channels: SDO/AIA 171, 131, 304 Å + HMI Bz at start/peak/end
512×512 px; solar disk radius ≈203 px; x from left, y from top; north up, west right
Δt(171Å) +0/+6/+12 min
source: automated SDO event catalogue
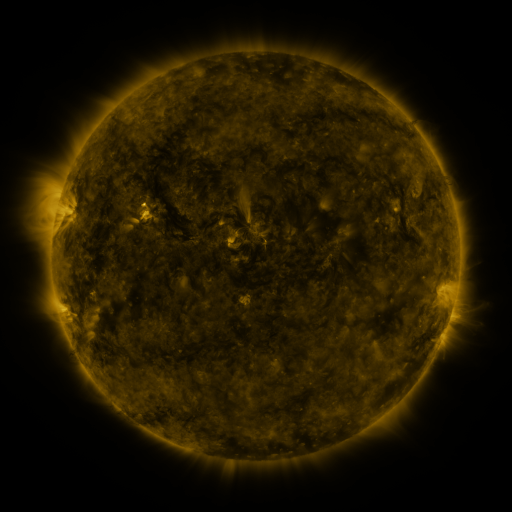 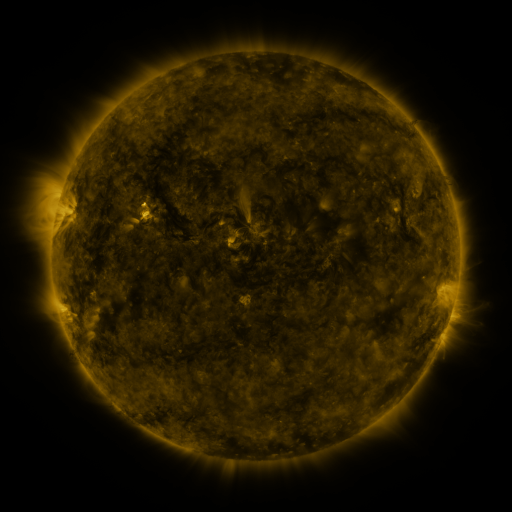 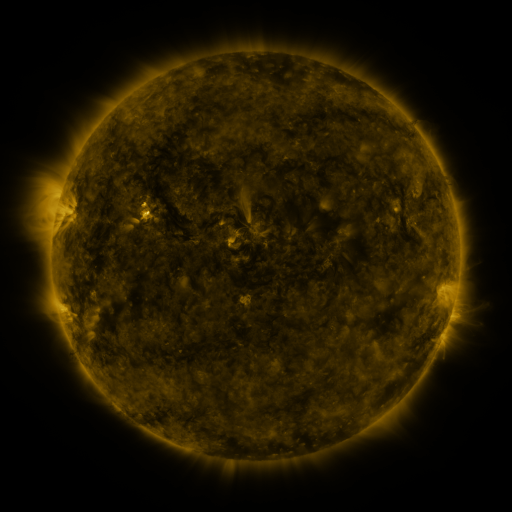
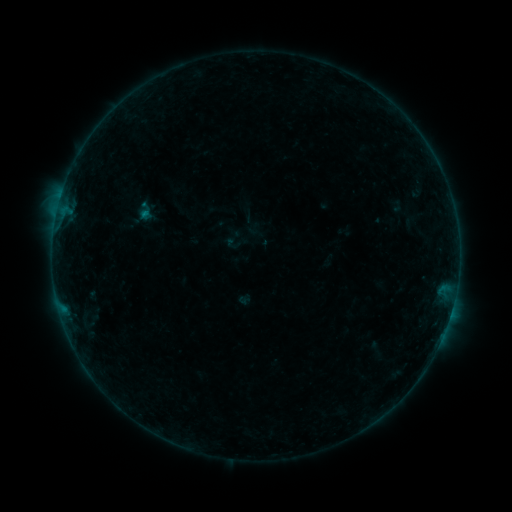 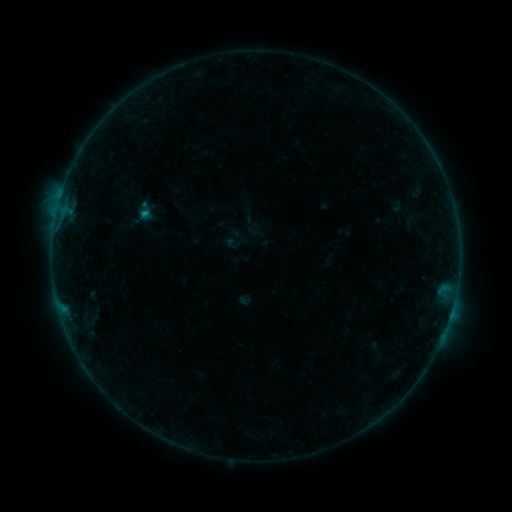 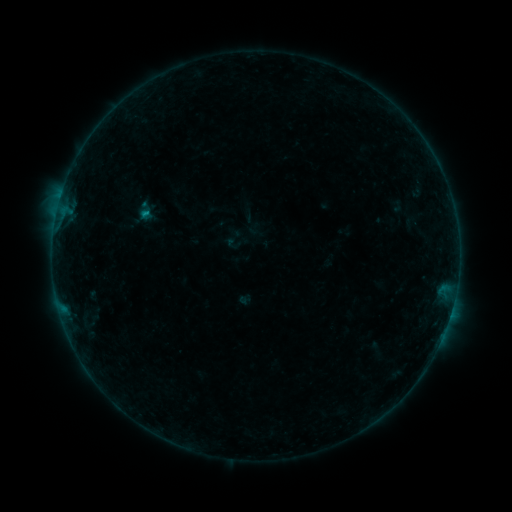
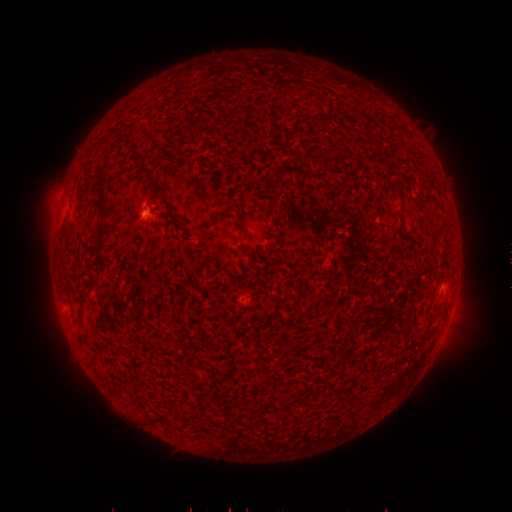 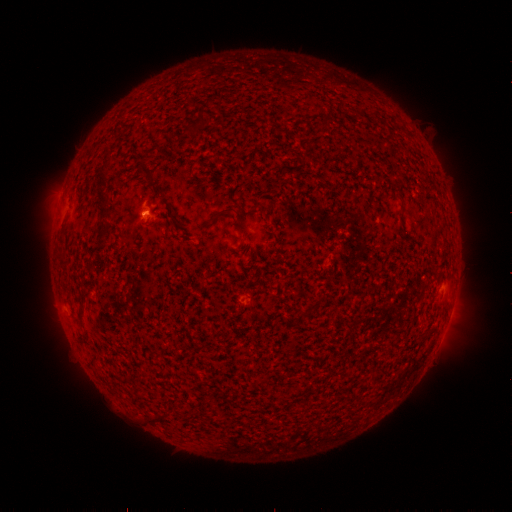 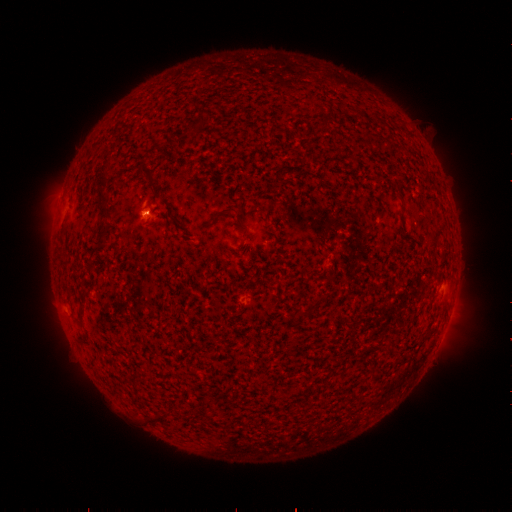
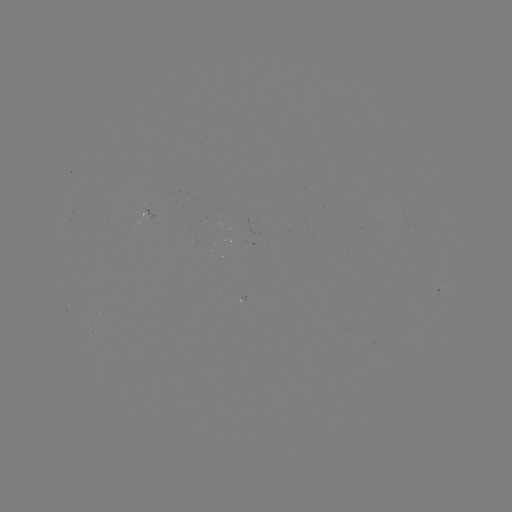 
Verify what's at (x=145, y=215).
B2.9 flare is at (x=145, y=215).